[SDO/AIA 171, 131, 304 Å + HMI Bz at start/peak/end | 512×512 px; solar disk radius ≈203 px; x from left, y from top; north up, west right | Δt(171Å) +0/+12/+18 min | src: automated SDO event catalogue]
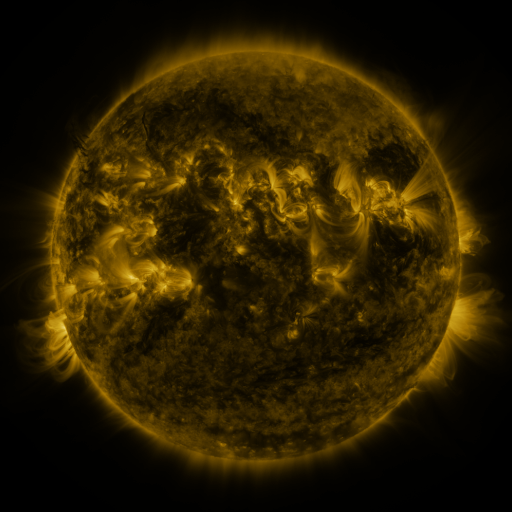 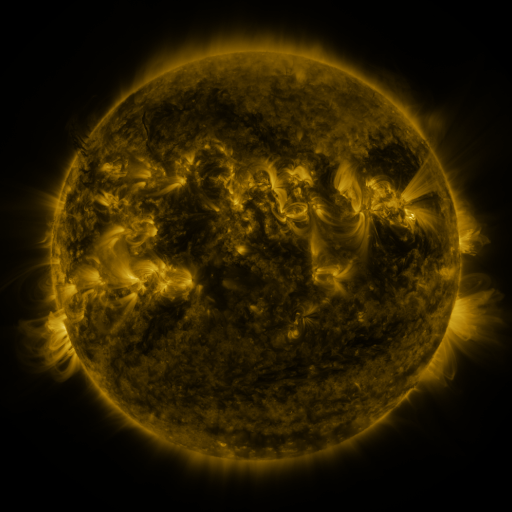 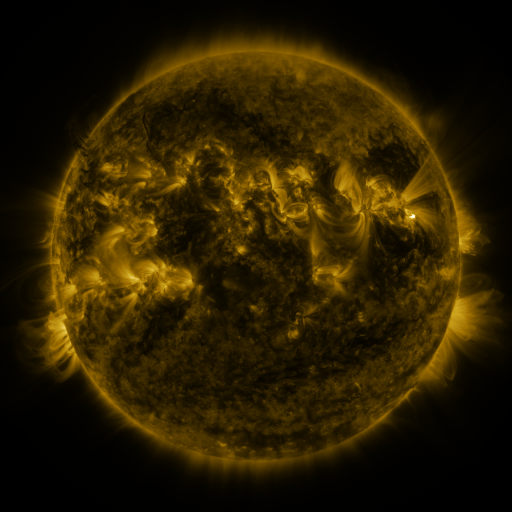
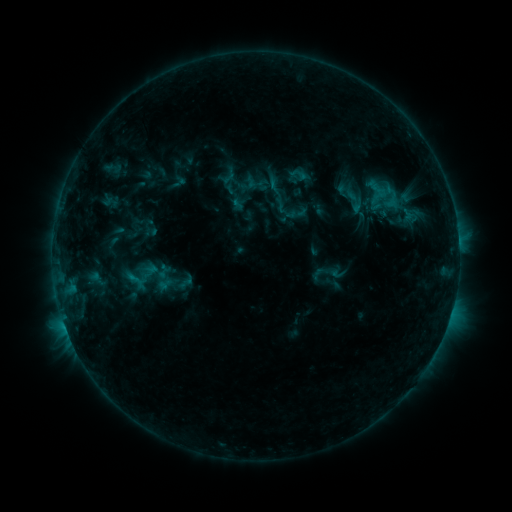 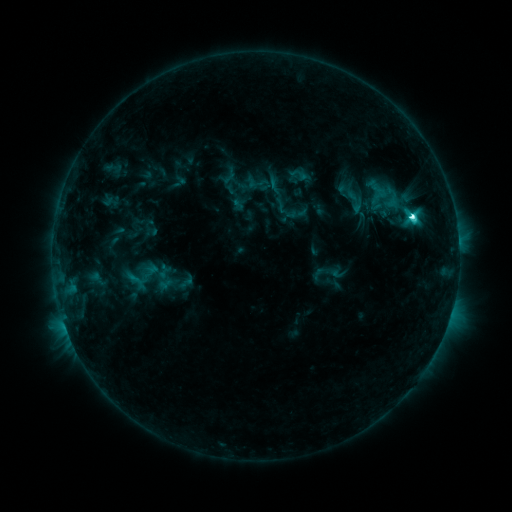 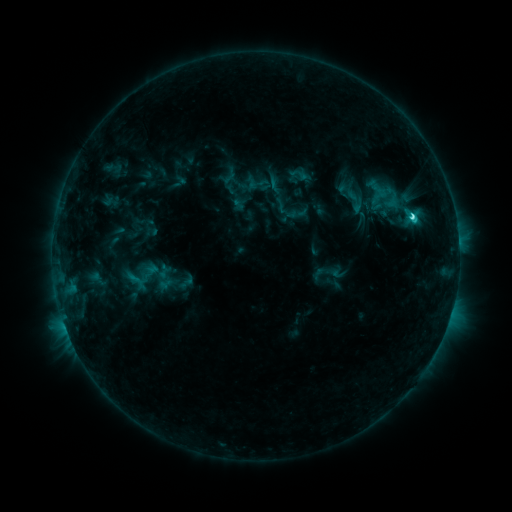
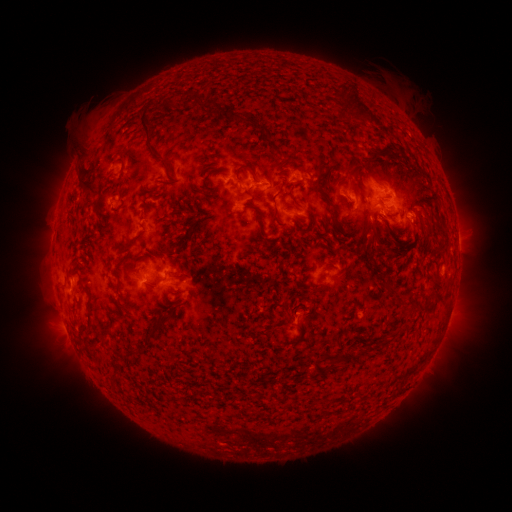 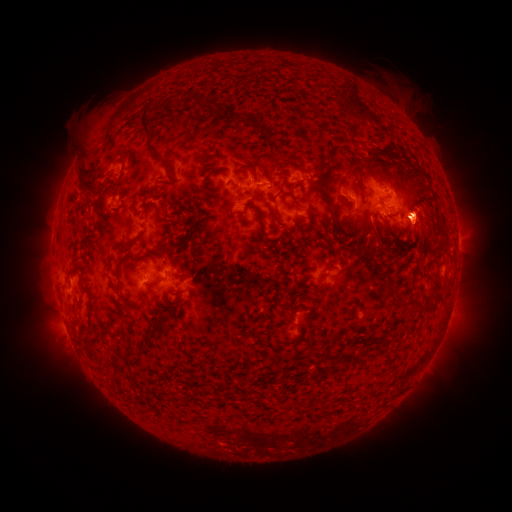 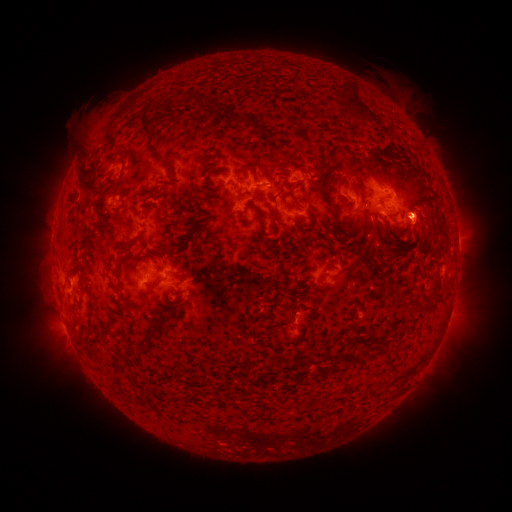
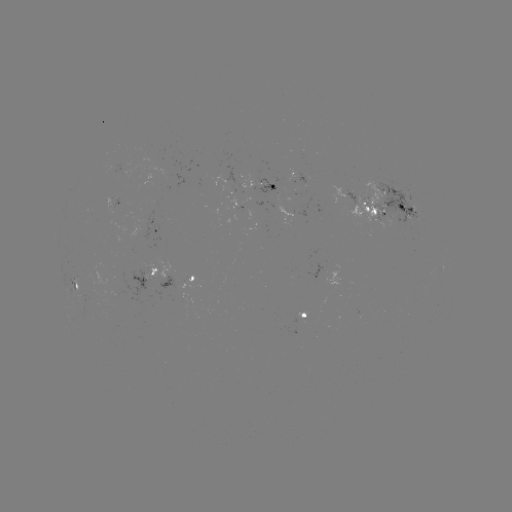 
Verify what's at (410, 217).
C4.8 flare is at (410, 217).